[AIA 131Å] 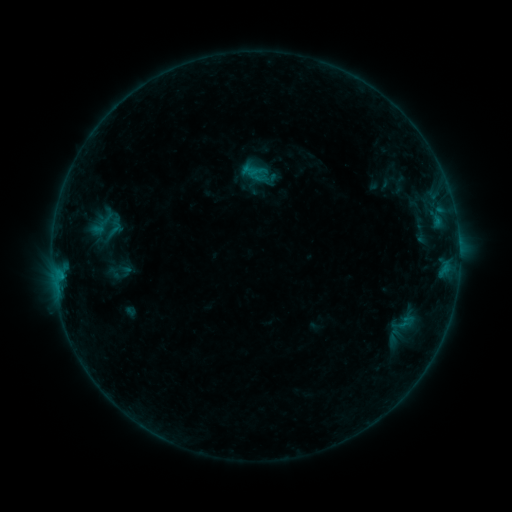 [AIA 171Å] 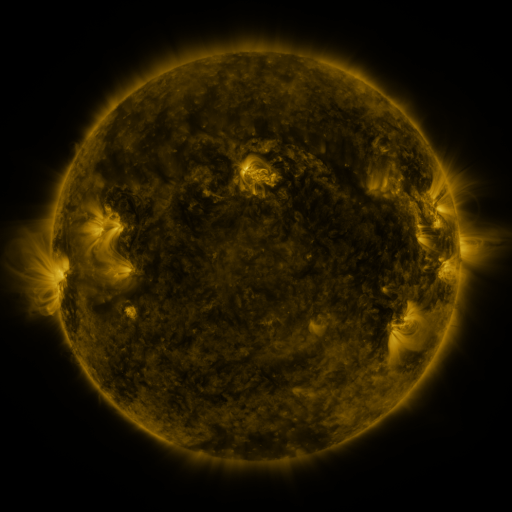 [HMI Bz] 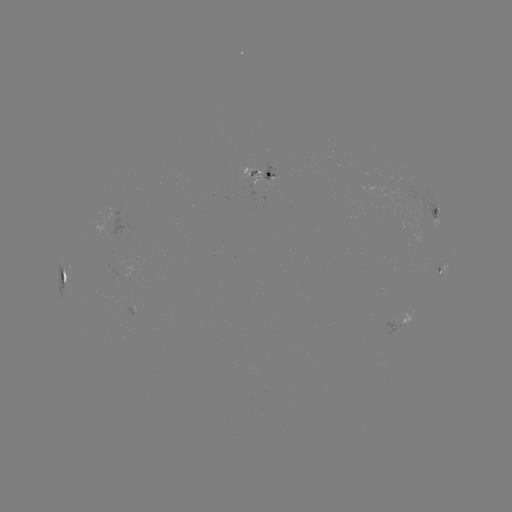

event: sigmoid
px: (104, 221)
